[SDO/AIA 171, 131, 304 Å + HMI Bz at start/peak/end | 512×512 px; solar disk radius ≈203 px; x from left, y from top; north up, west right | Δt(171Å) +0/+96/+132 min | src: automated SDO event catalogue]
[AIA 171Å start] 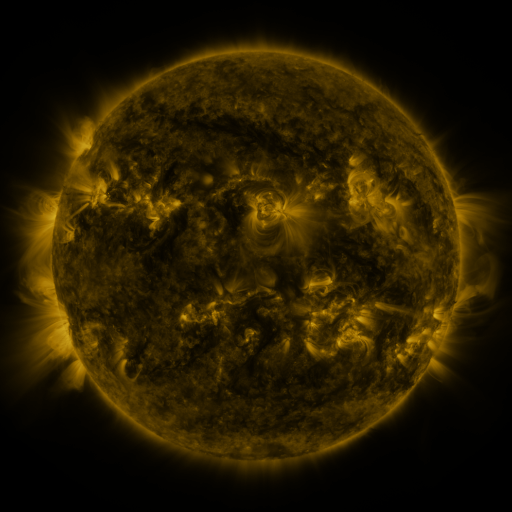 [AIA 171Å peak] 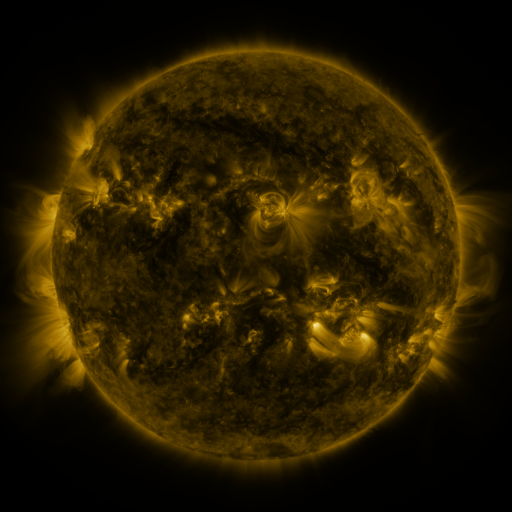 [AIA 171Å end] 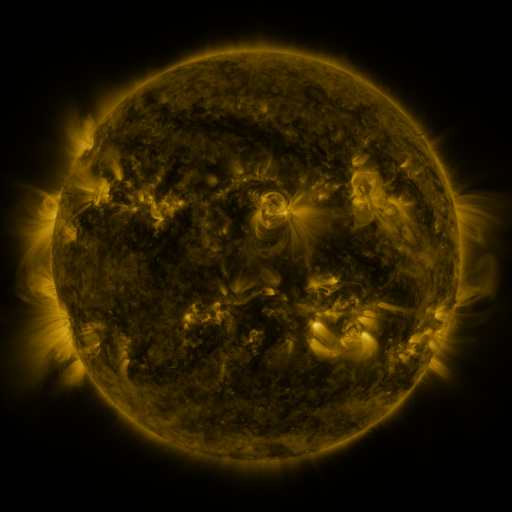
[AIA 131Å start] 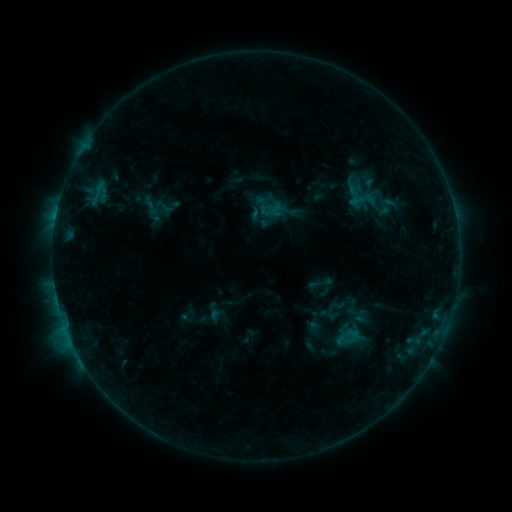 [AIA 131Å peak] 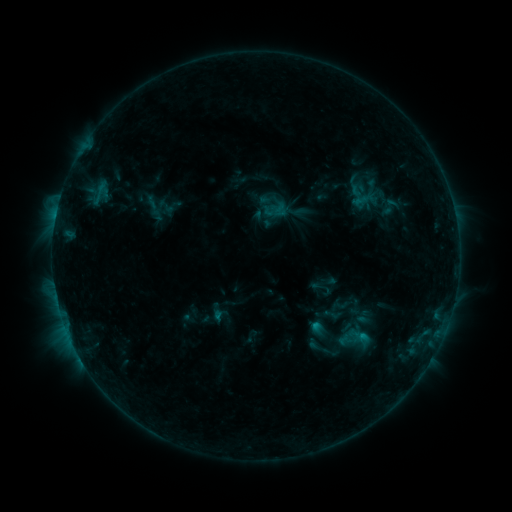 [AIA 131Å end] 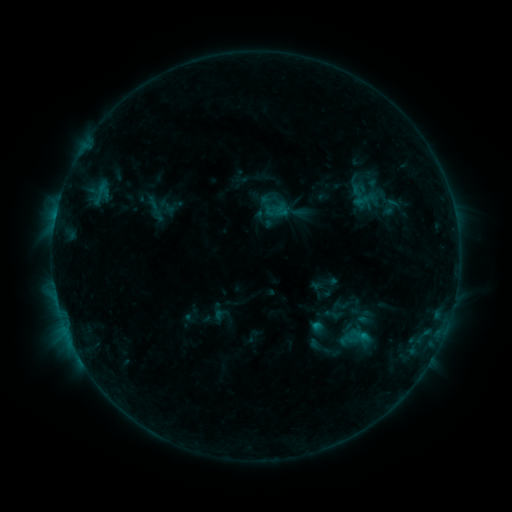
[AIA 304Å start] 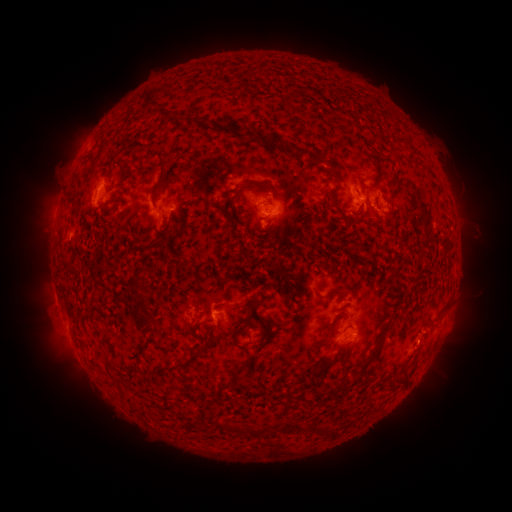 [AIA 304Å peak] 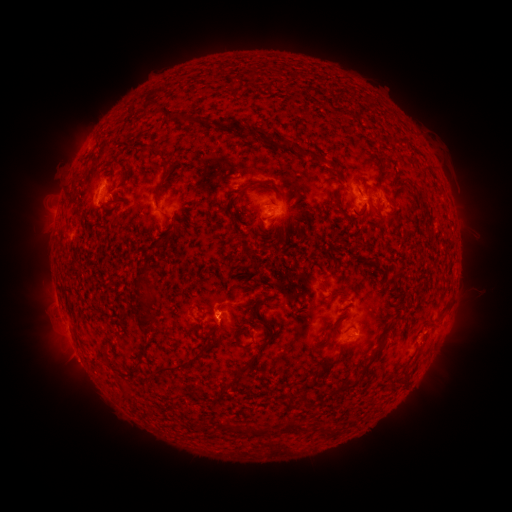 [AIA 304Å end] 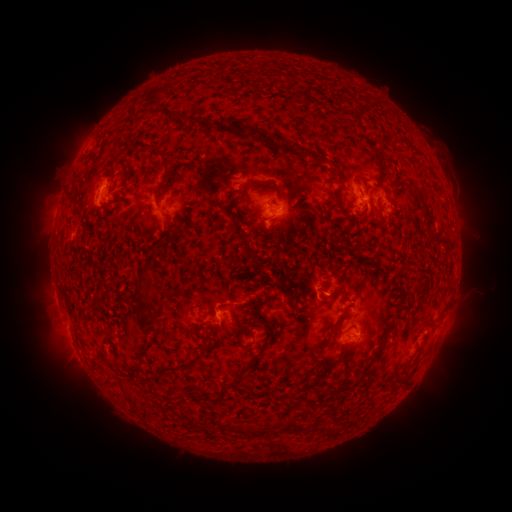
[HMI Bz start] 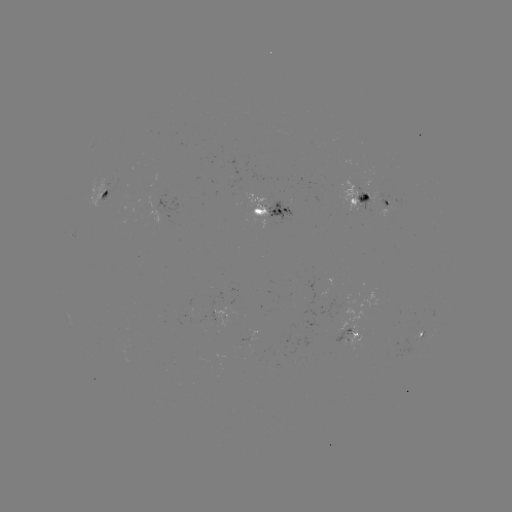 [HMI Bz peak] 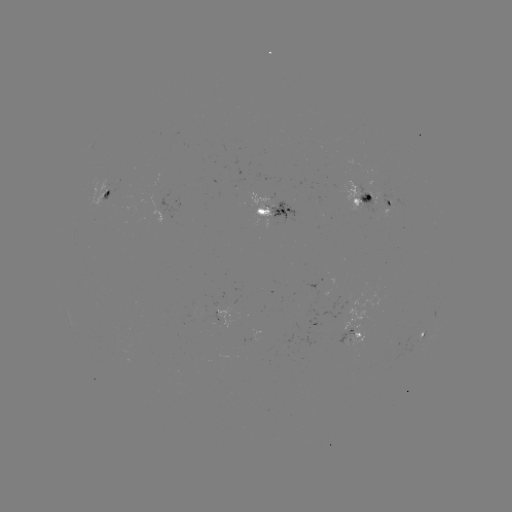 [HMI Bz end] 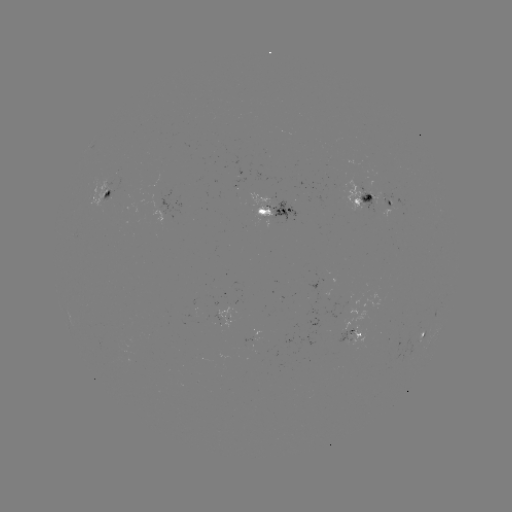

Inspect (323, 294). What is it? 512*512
emerging-flux region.